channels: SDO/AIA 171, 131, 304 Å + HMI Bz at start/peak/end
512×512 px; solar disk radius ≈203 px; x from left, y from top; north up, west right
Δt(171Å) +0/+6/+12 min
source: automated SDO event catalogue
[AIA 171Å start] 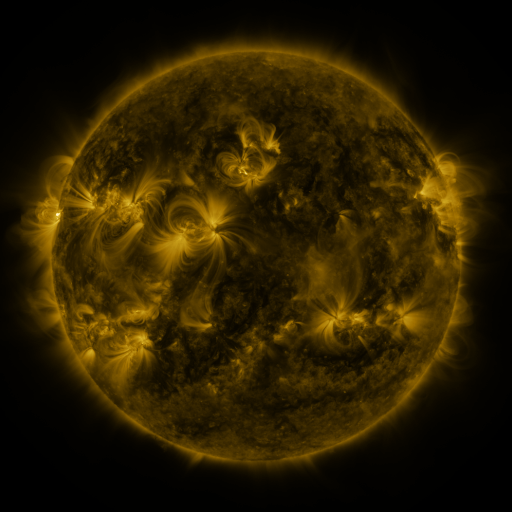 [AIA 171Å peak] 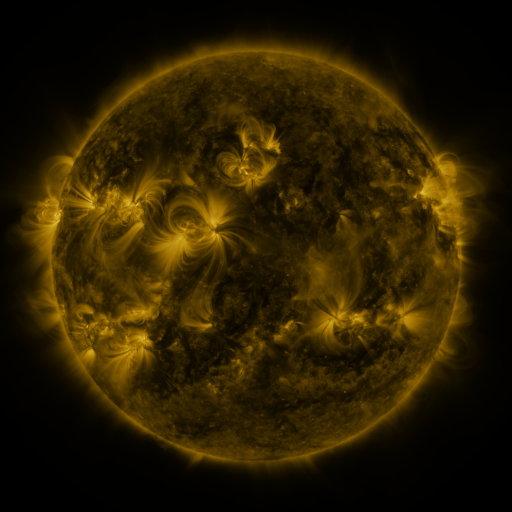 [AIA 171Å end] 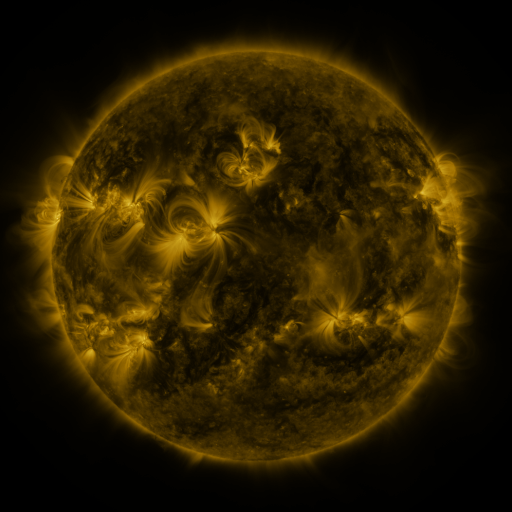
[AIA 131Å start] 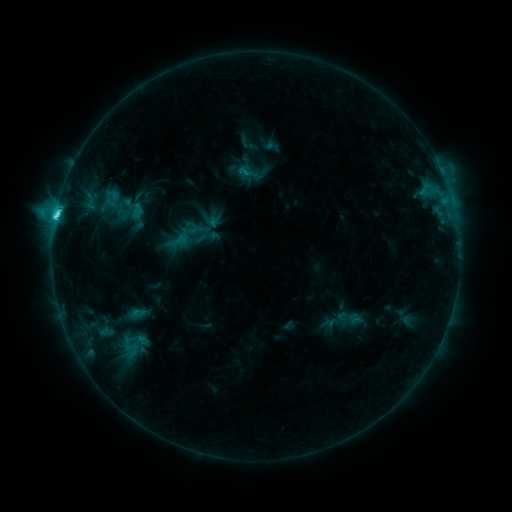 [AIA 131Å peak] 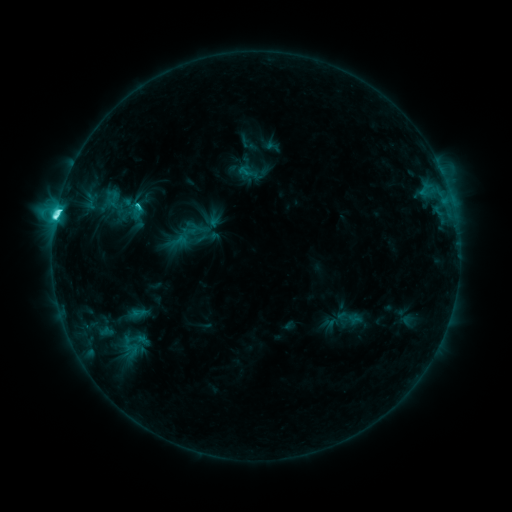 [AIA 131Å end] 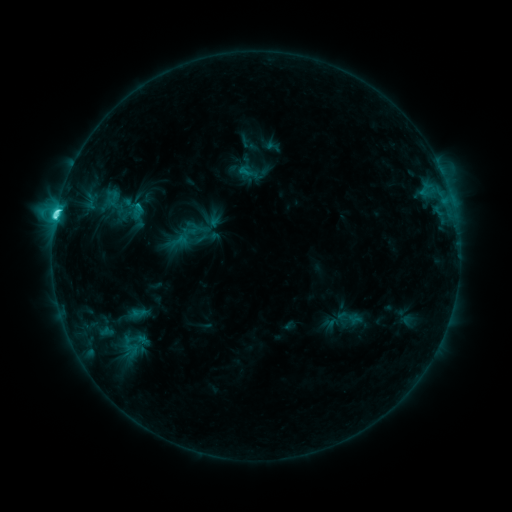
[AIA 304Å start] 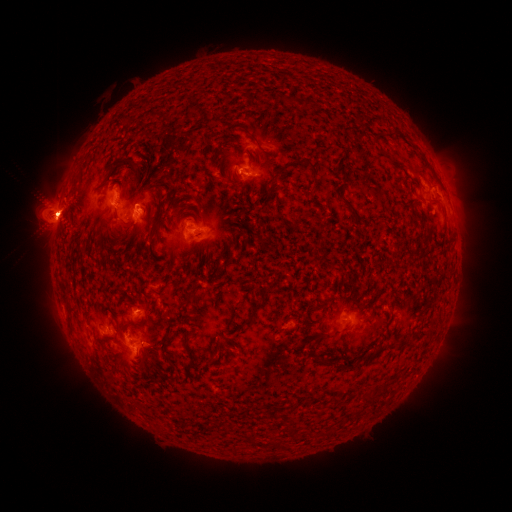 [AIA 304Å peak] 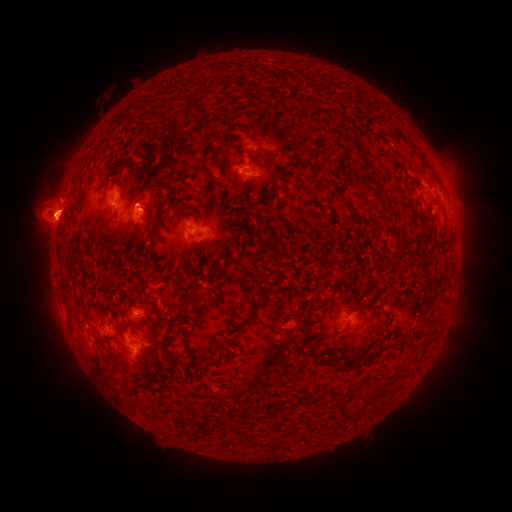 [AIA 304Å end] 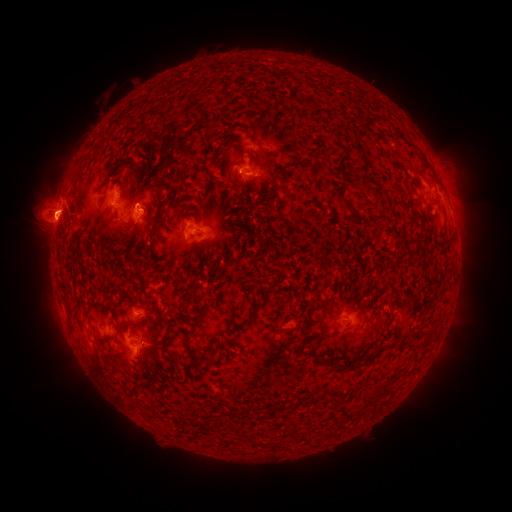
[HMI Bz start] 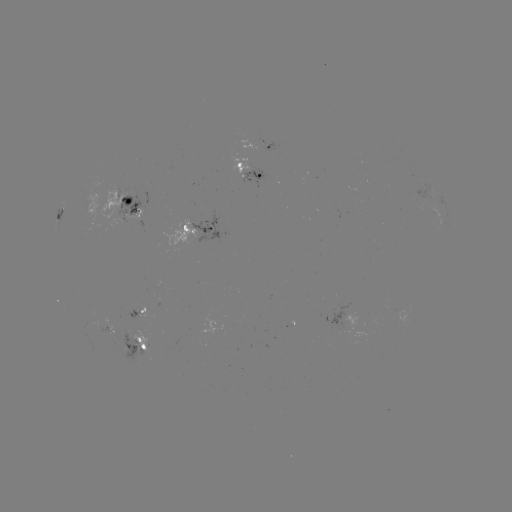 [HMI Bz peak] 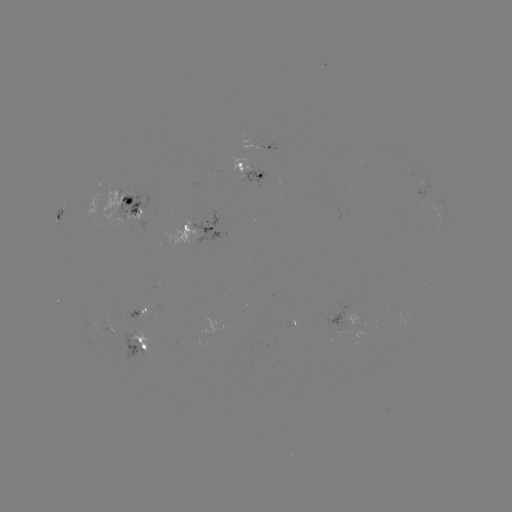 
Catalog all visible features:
C8.3 flare: (56, 217)
